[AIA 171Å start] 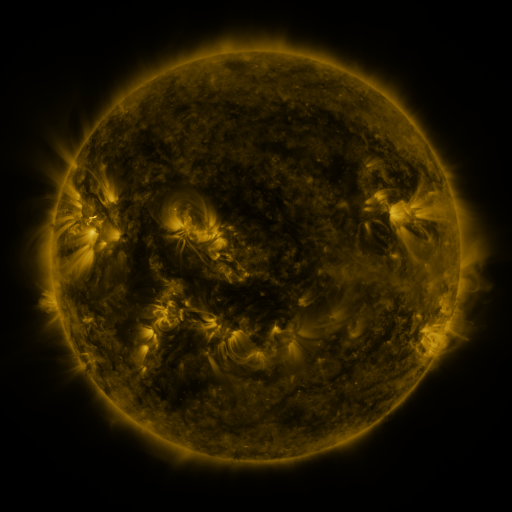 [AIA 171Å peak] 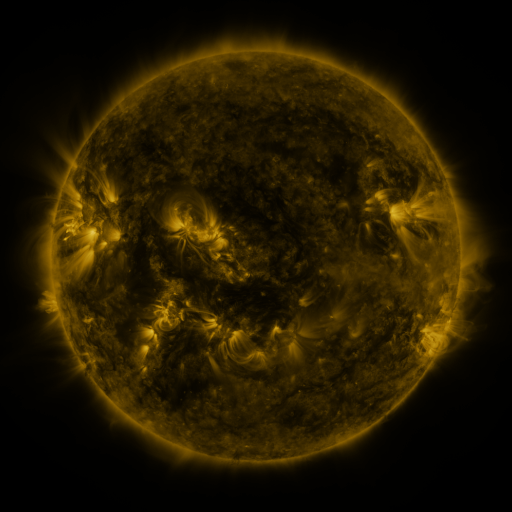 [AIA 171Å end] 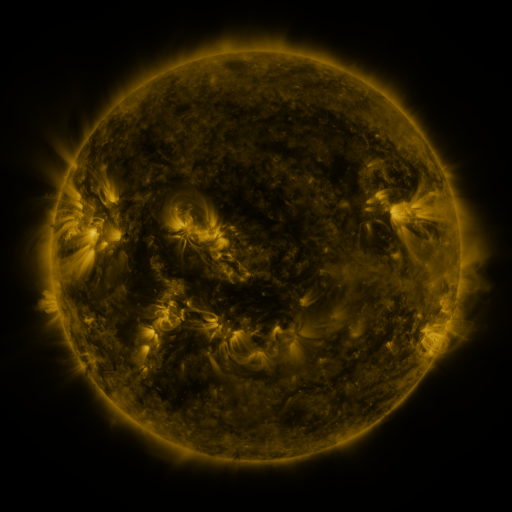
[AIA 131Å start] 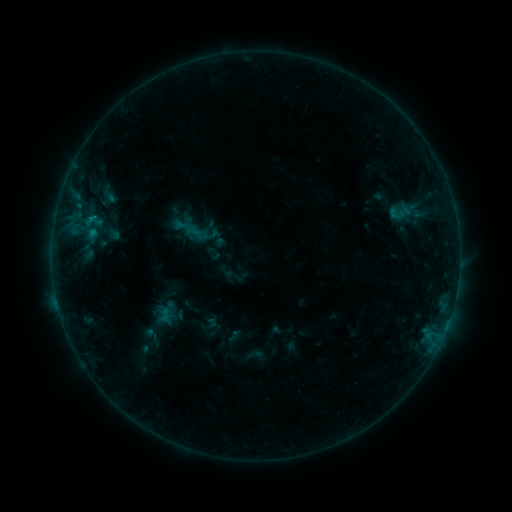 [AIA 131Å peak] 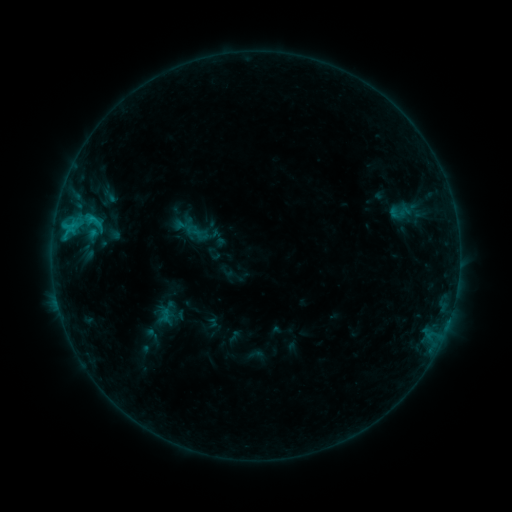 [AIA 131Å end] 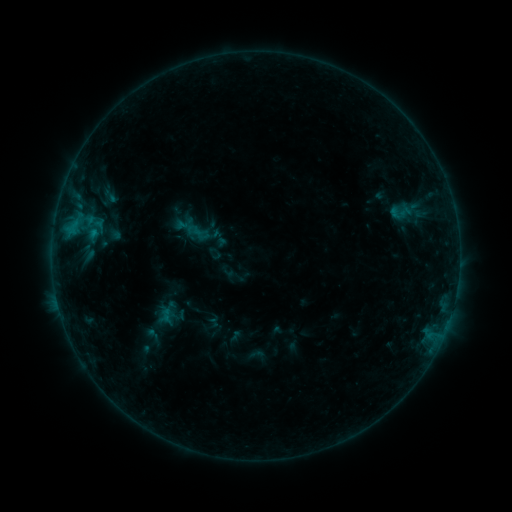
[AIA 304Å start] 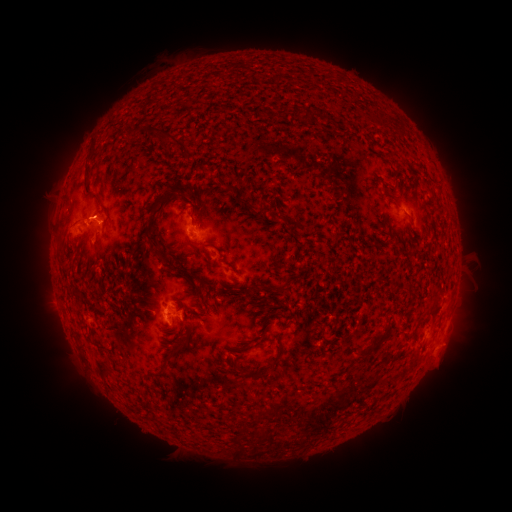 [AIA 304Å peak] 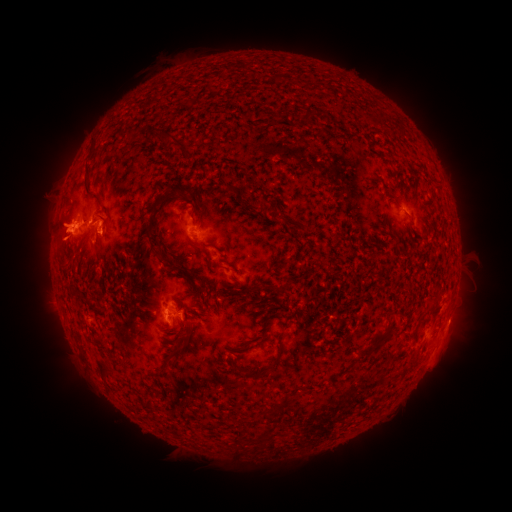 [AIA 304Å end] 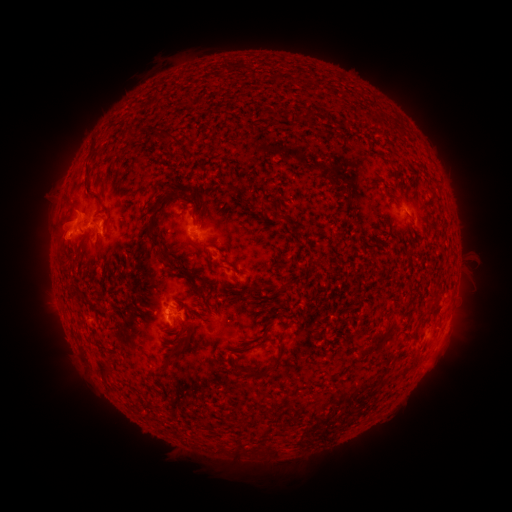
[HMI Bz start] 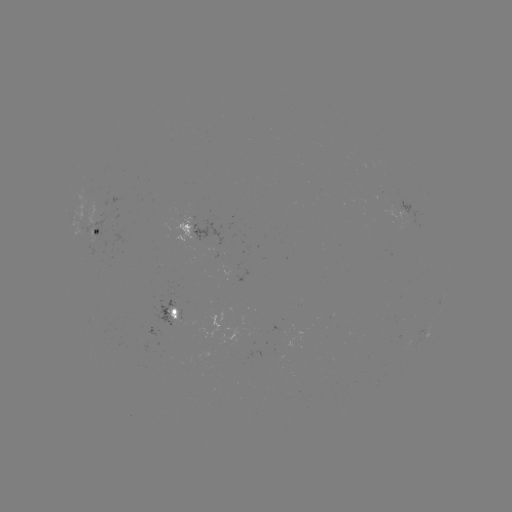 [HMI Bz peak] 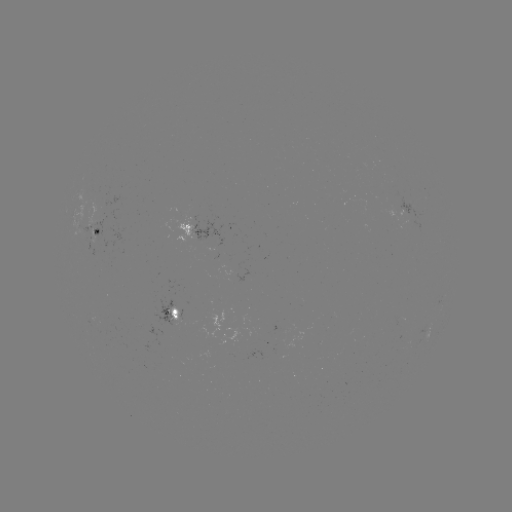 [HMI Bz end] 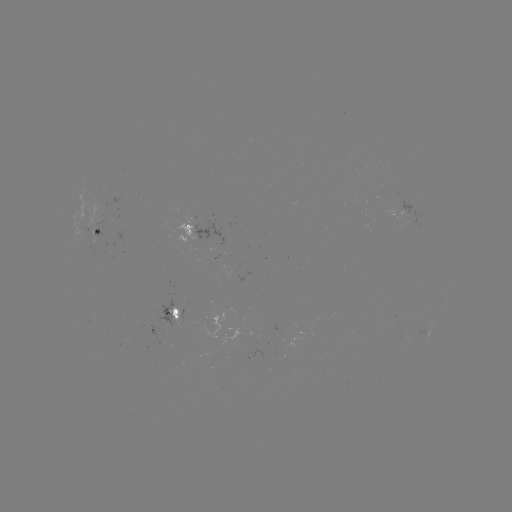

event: flare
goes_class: C1.2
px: (68, 229)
